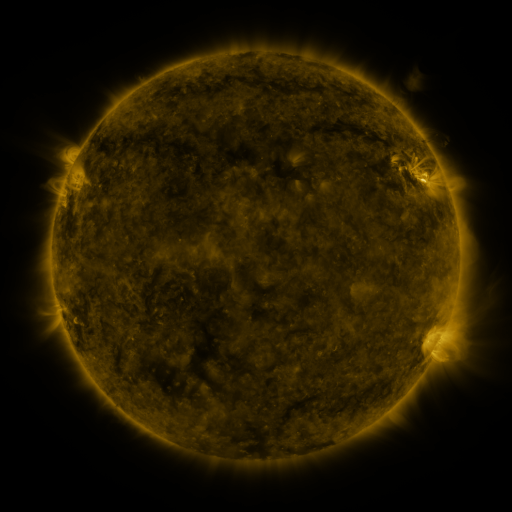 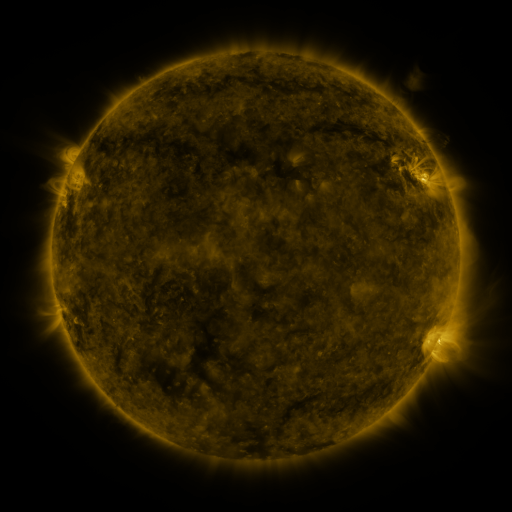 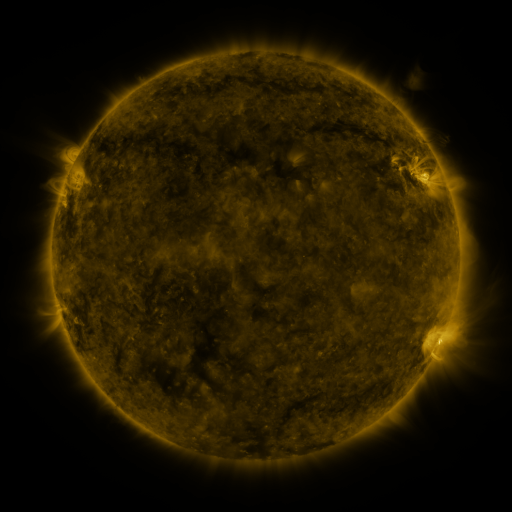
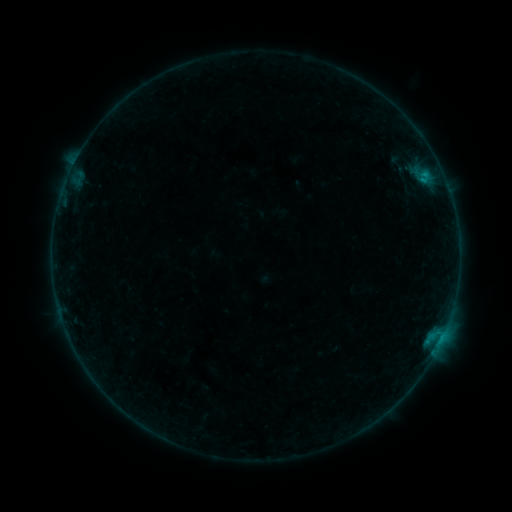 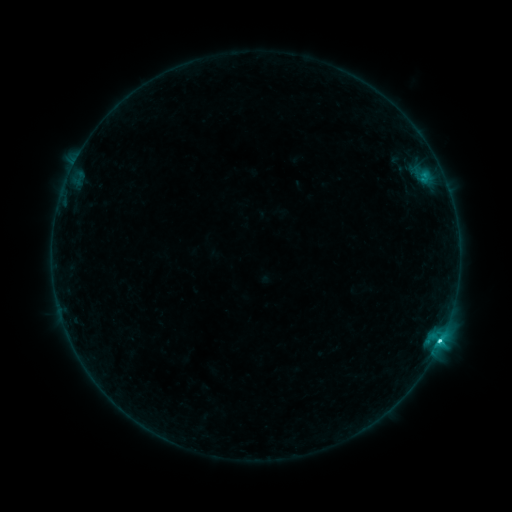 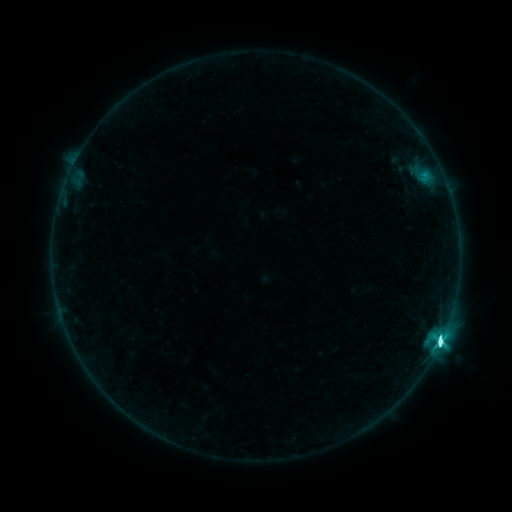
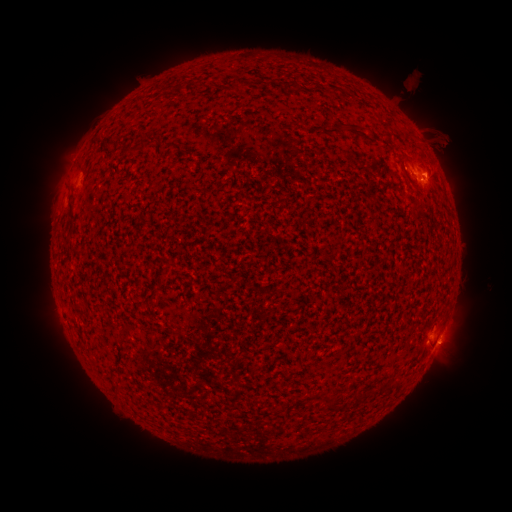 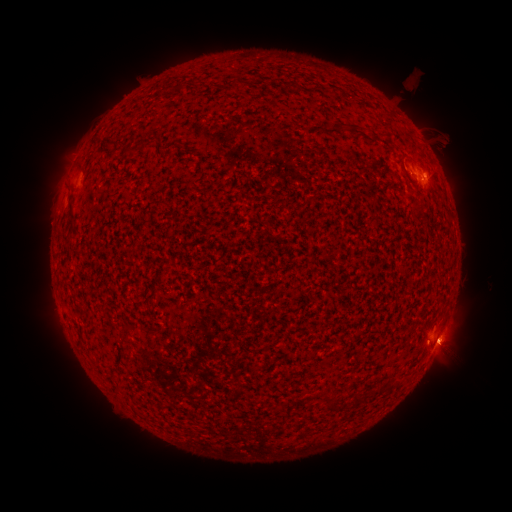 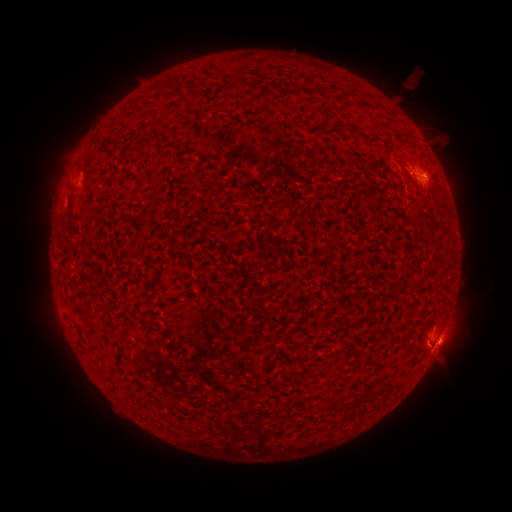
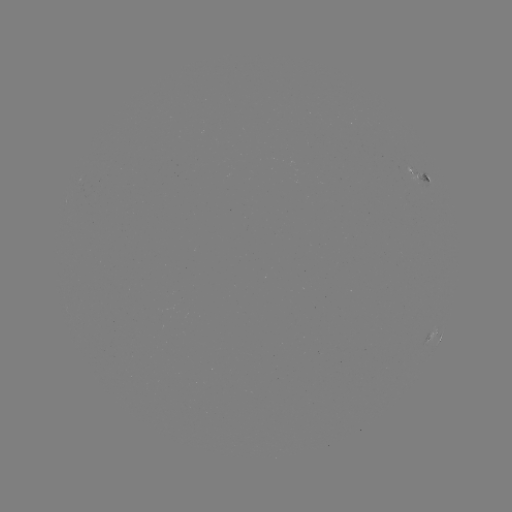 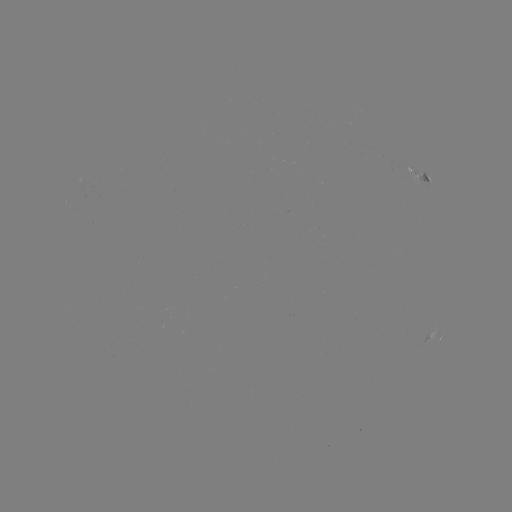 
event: eruption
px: (462, 347)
